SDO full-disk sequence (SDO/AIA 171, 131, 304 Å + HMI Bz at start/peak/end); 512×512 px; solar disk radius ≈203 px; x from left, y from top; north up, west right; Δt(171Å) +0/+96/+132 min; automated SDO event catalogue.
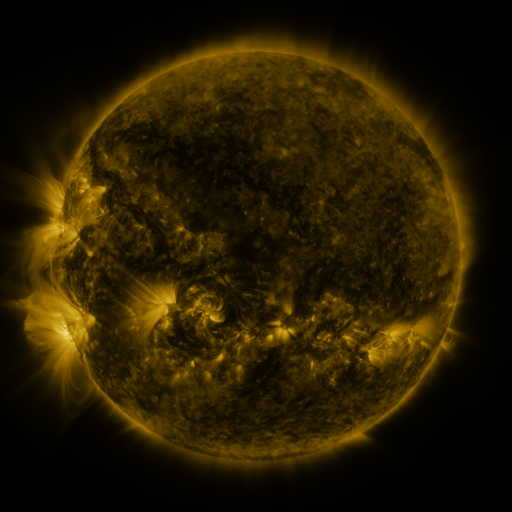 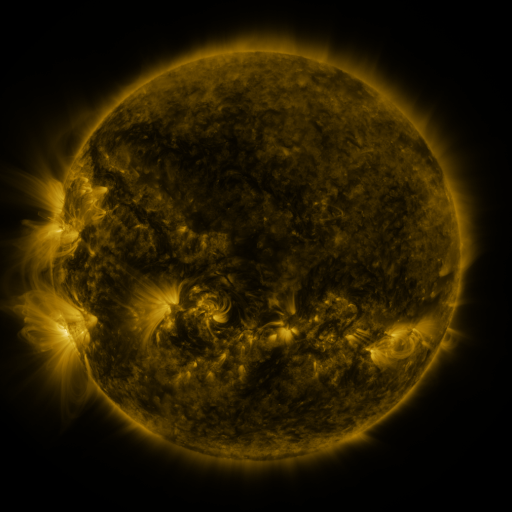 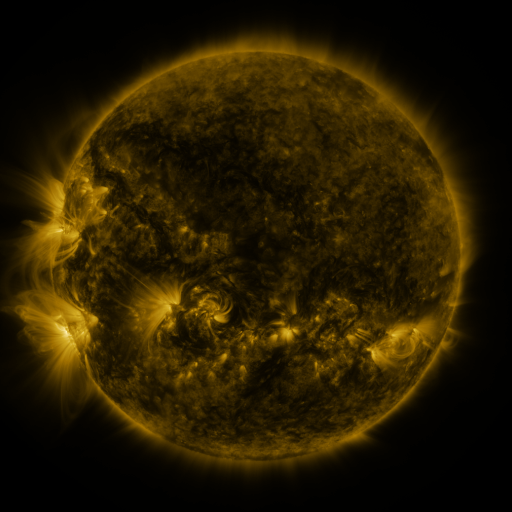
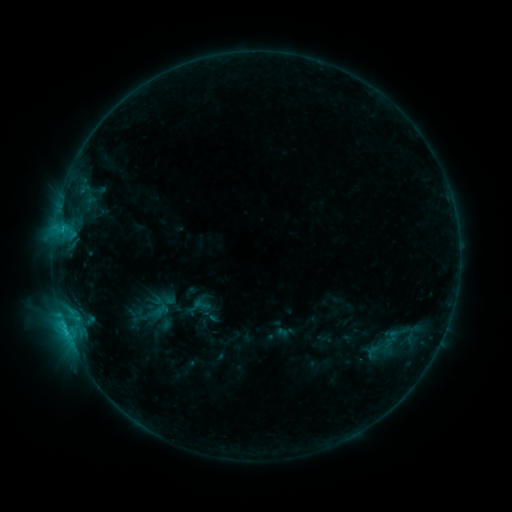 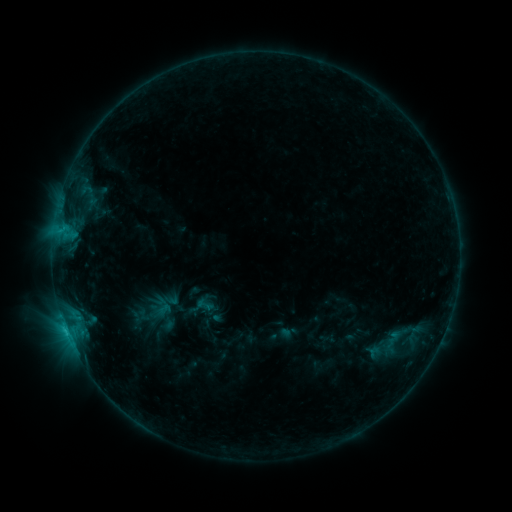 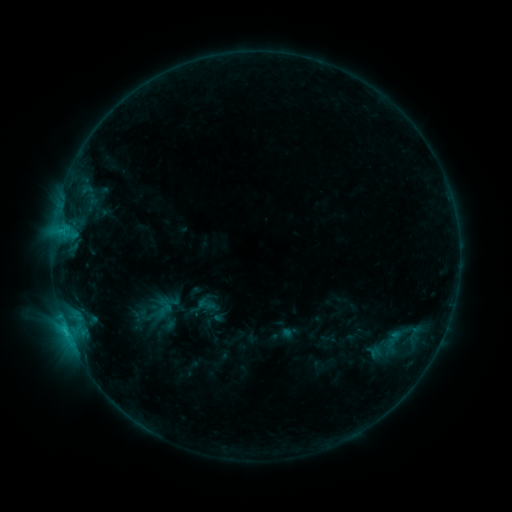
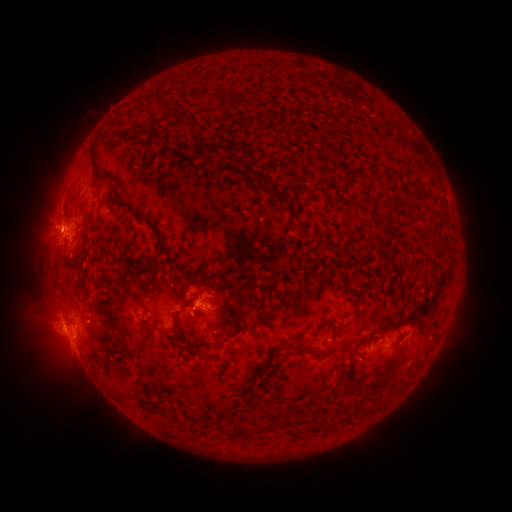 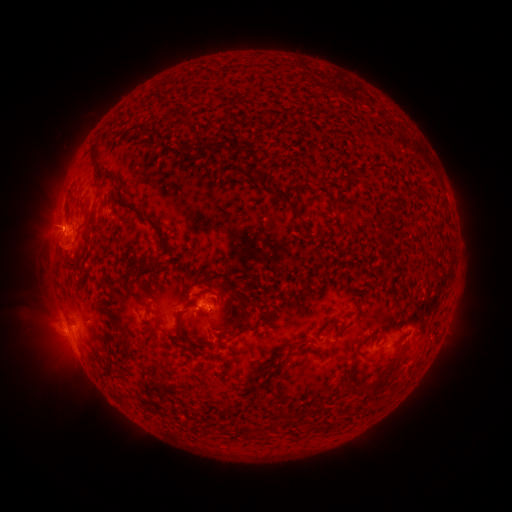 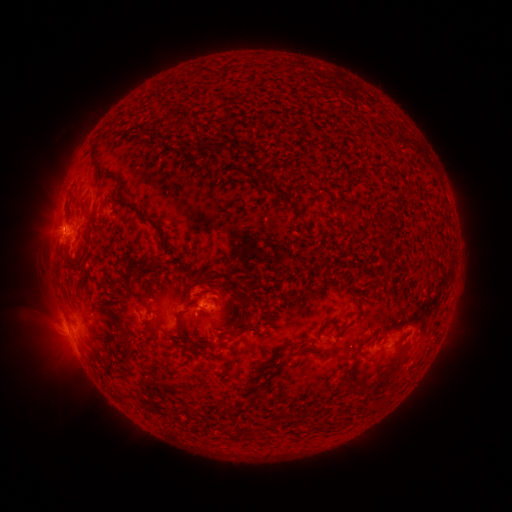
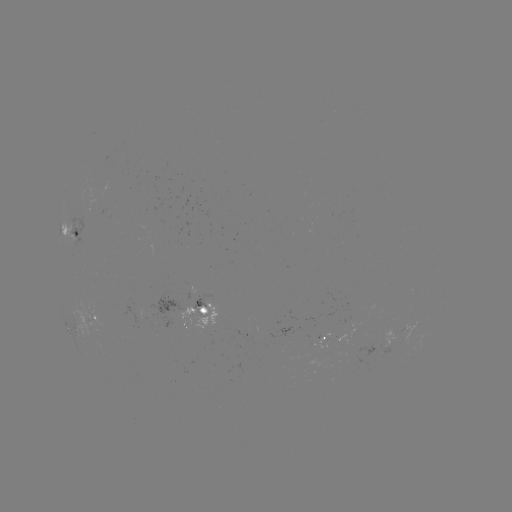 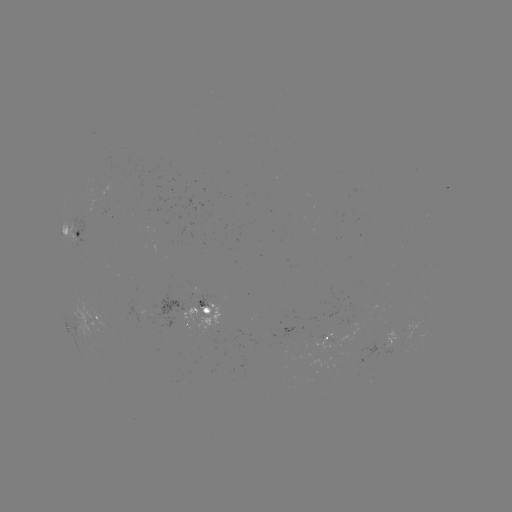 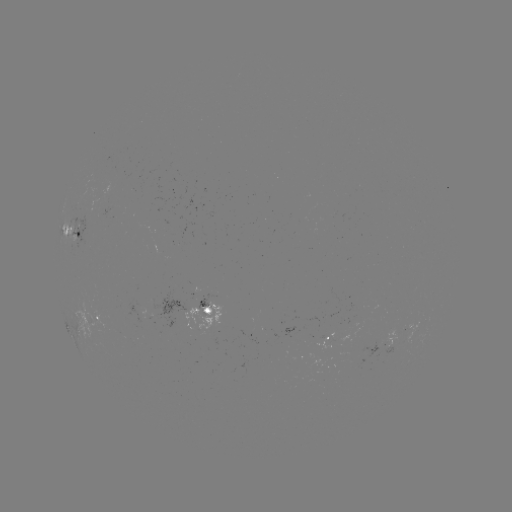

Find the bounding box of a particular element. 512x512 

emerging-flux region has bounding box [102, 204, 112, 216].